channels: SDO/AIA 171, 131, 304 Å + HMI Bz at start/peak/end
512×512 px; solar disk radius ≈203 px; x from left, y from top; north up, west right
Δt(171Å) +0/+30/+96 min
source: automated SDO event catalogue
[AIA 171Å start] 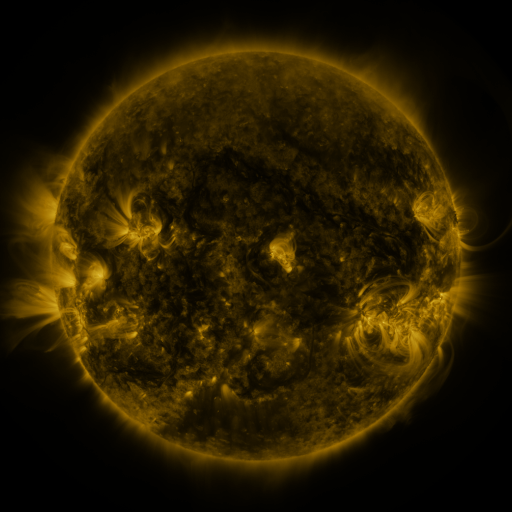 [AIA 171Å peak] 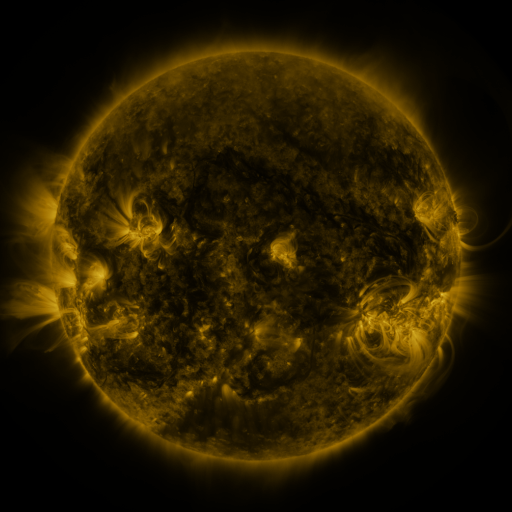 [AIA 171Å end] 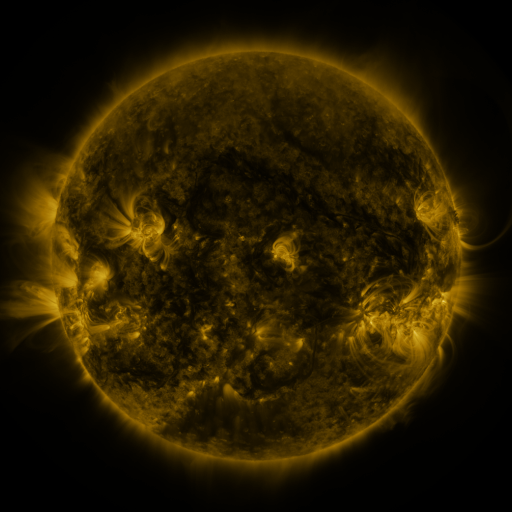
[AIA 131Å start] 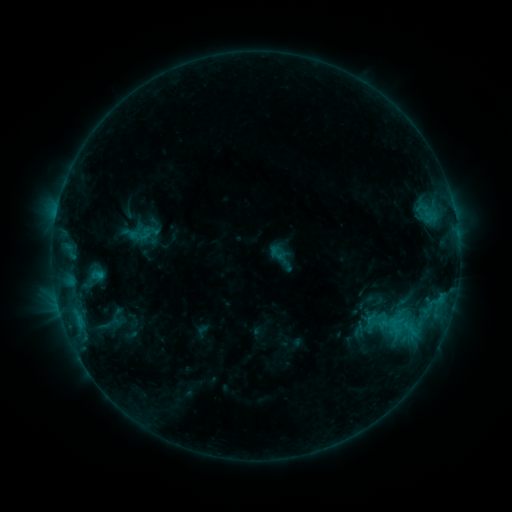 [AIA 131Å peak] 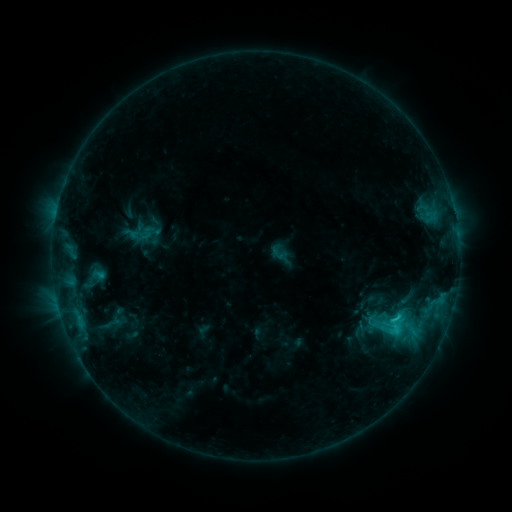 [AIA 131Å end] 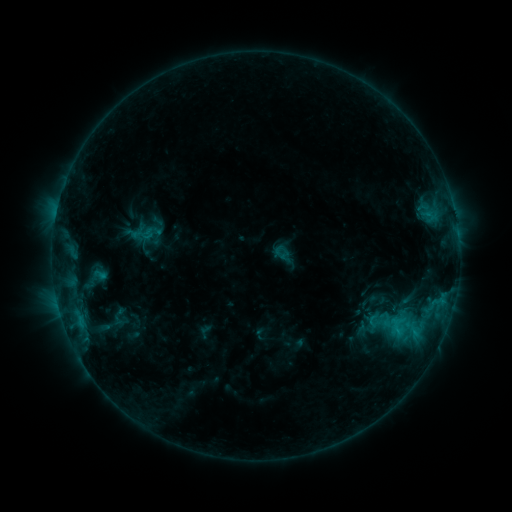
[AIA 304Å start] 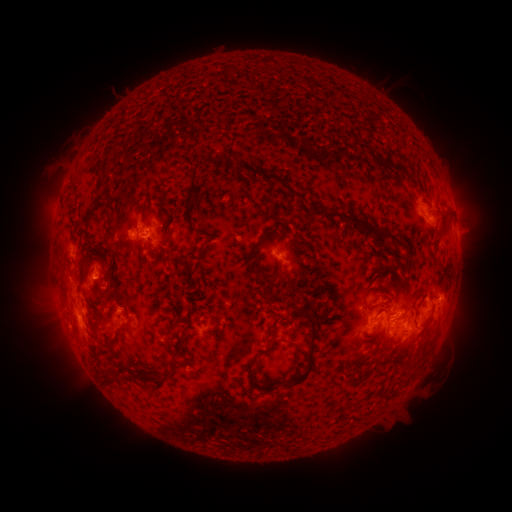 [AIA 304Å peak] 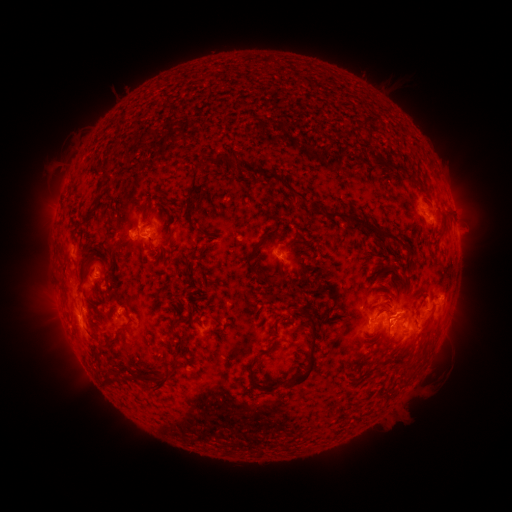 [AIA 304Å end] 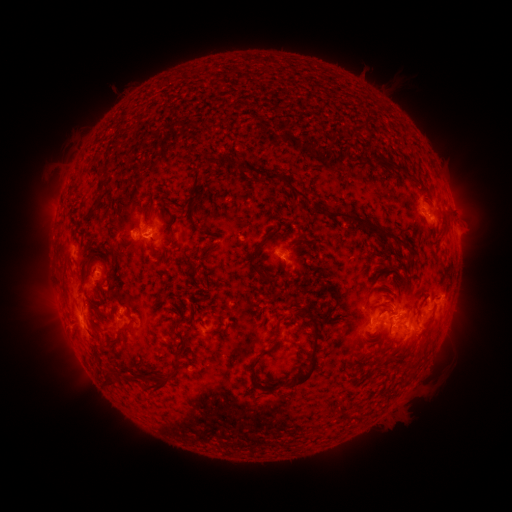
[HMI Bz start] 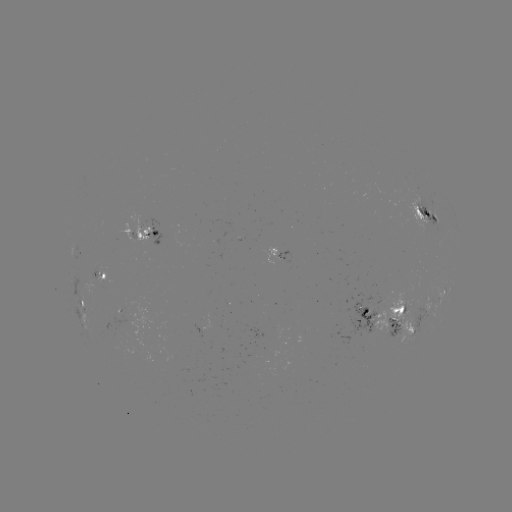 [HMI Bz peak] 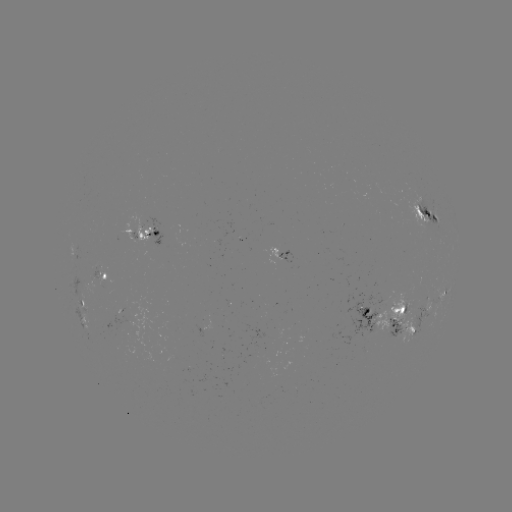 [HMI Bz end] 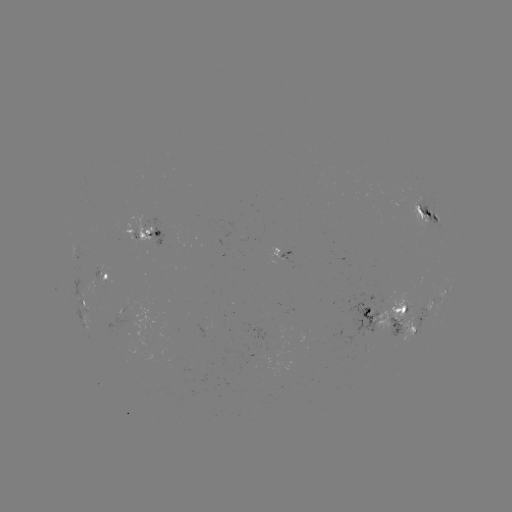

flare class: C2.2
